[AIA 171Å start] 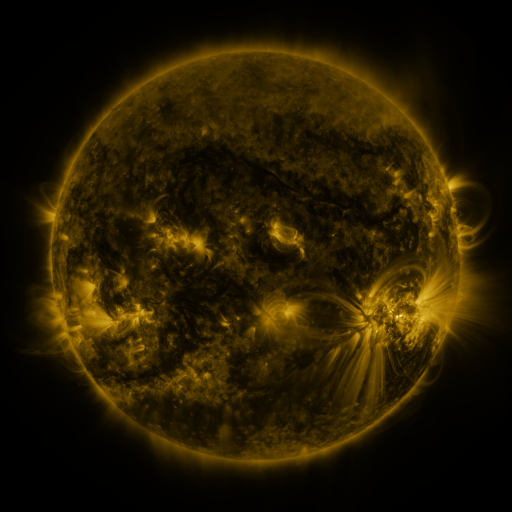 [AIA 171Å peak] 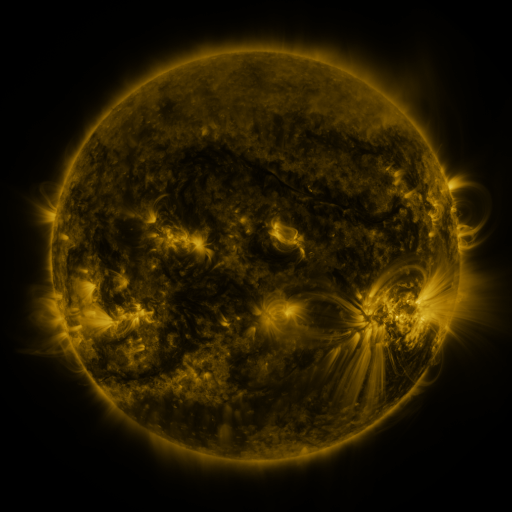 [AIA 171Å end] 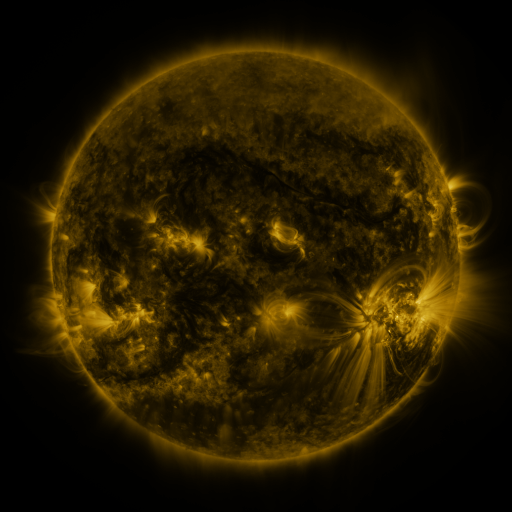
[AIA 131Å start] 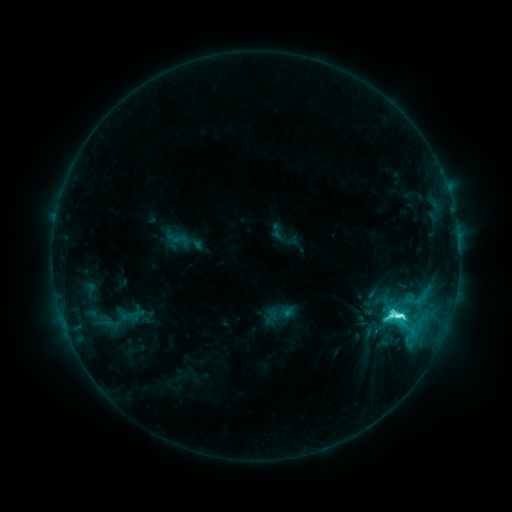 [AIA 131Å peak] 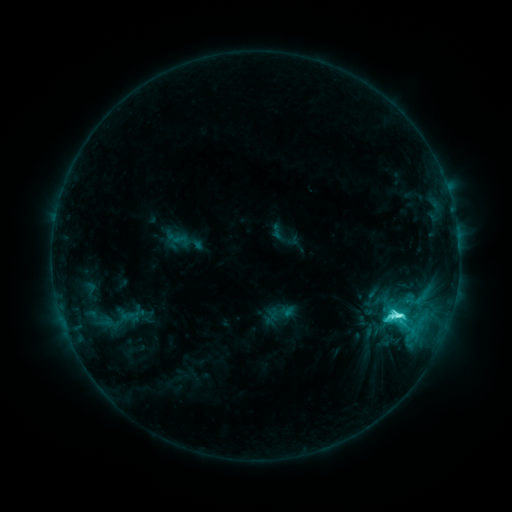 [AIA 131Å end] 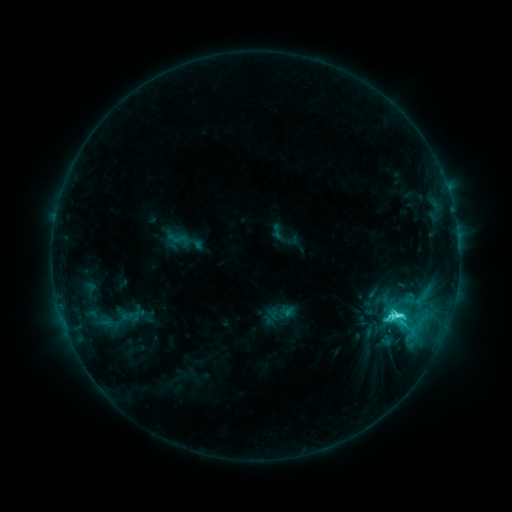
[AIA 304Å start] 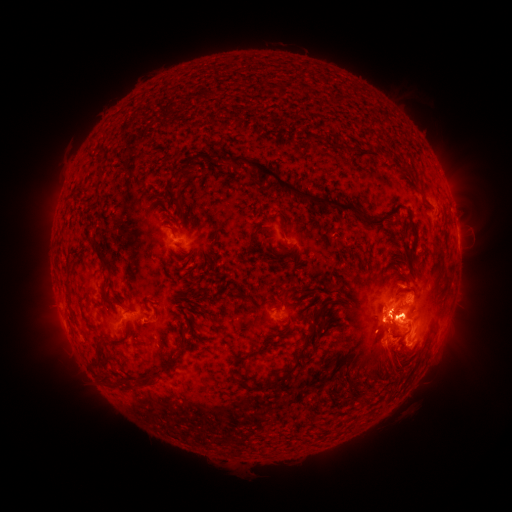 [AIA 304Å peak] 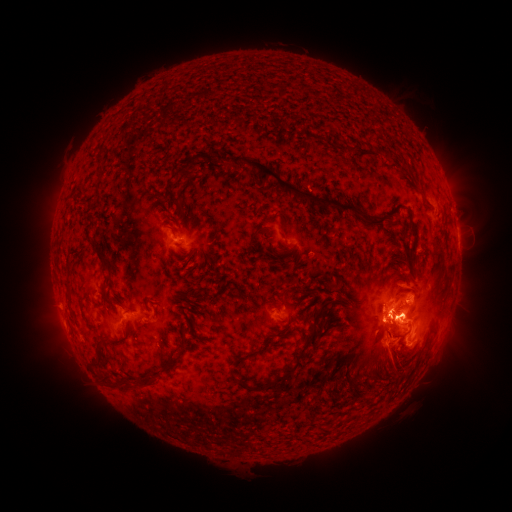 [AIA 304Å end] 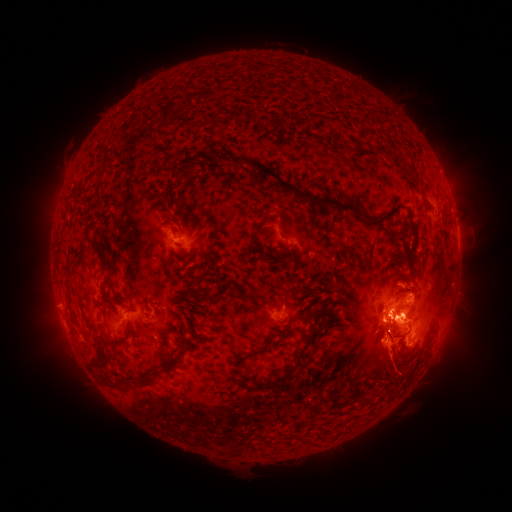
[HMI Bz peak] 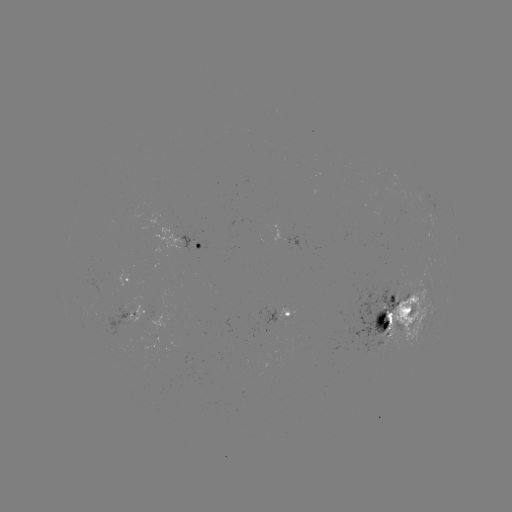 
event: eruption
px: (387, 353)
